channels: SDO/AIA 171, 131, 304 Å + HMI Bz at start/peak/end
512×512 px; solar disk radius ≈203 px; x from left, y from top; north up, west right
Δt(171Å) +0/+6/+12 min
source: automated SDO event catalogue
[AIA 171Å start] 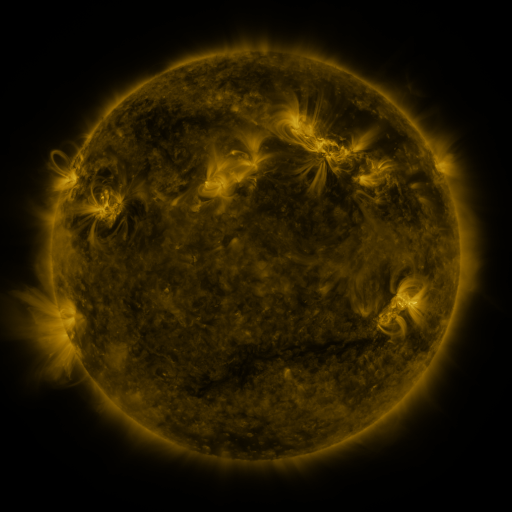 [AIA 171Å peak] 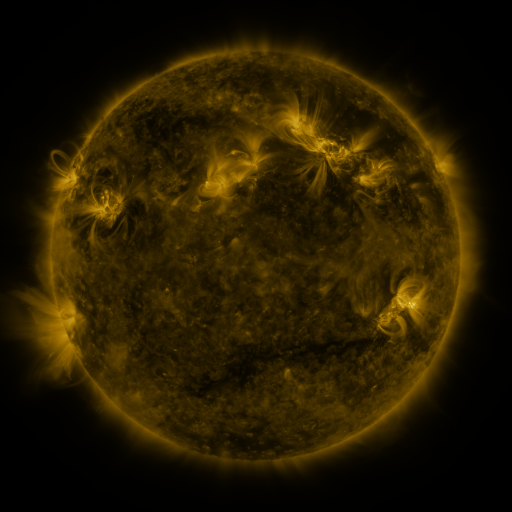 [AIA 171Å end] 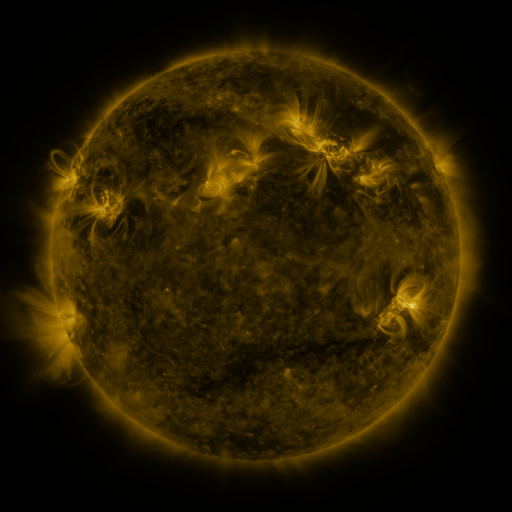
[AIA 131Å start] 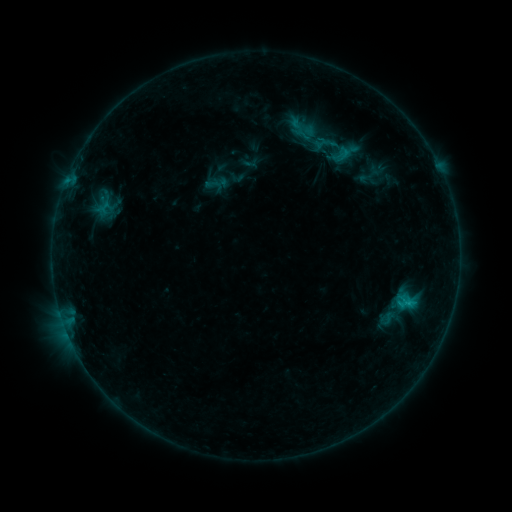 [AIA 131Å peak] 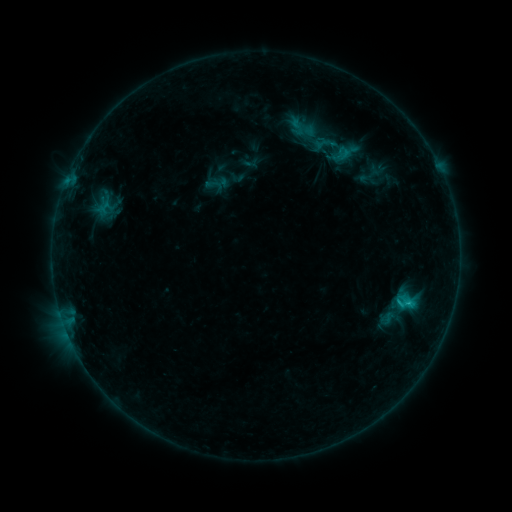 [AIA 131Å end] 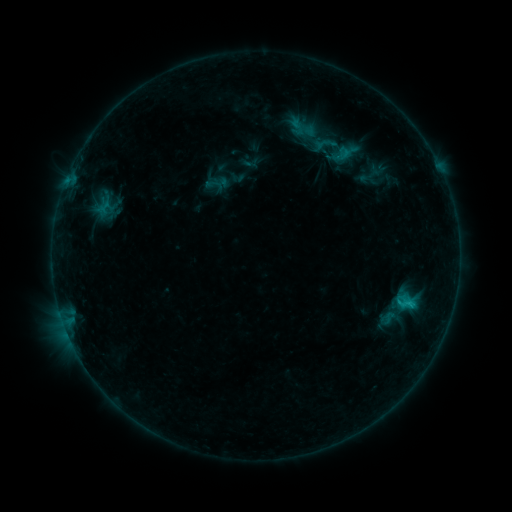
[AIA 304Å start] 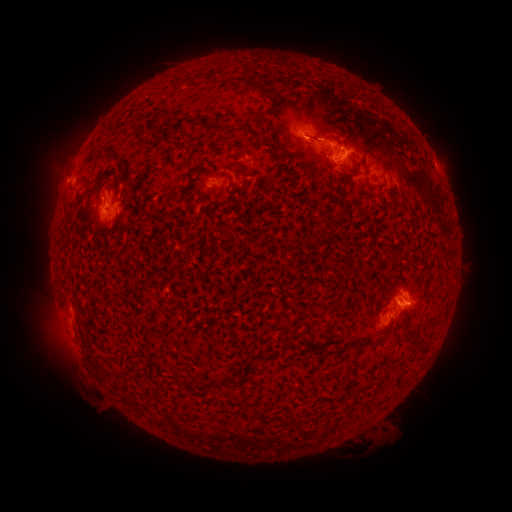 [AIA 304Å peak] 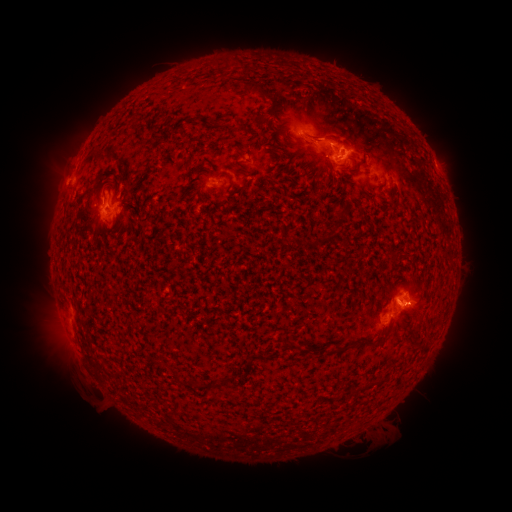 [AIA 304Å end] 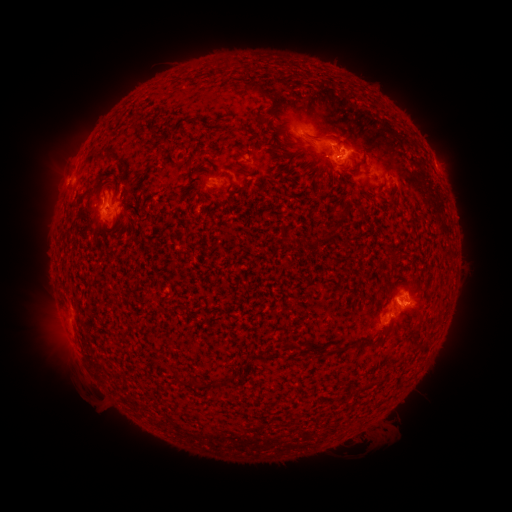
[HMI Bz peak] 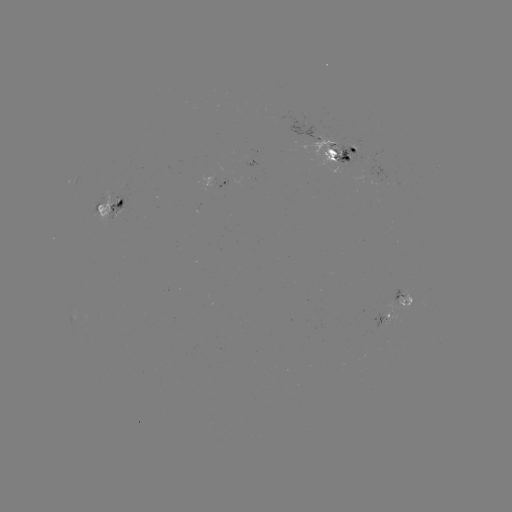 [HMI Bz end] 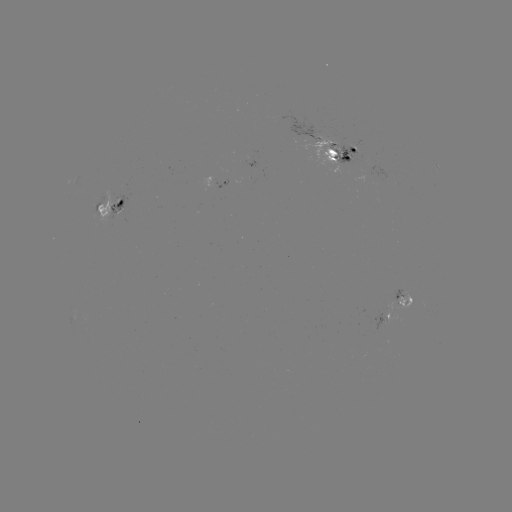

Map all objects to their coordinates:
C1.0 flare: (410, 303)
